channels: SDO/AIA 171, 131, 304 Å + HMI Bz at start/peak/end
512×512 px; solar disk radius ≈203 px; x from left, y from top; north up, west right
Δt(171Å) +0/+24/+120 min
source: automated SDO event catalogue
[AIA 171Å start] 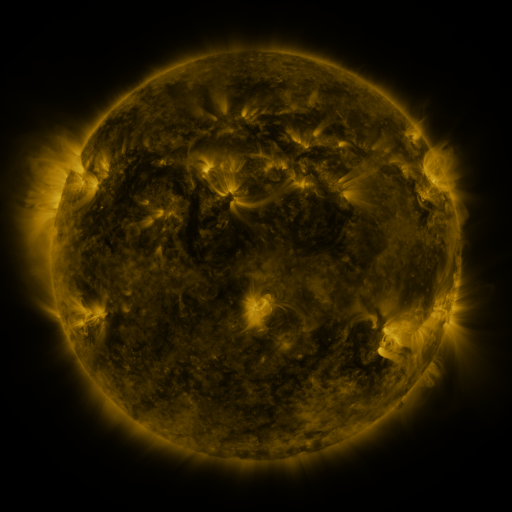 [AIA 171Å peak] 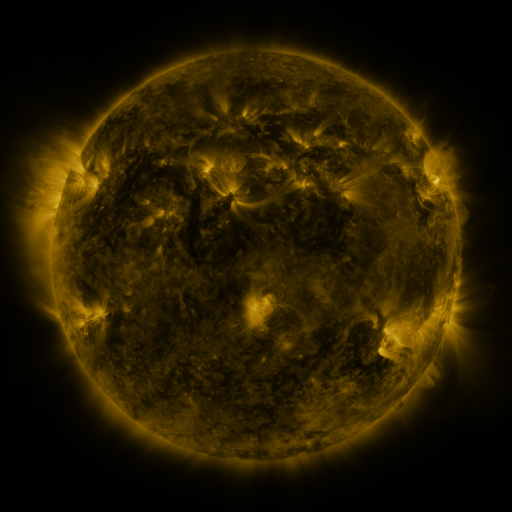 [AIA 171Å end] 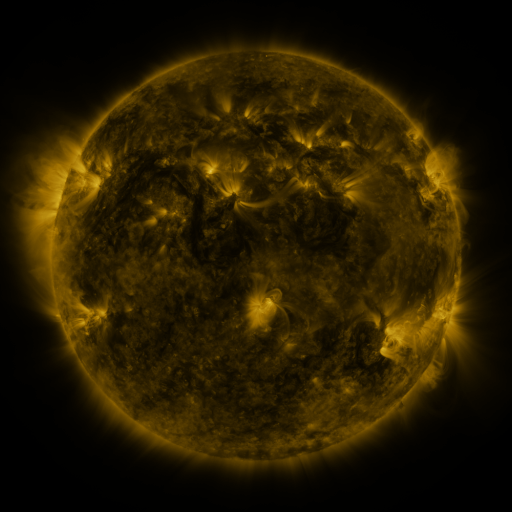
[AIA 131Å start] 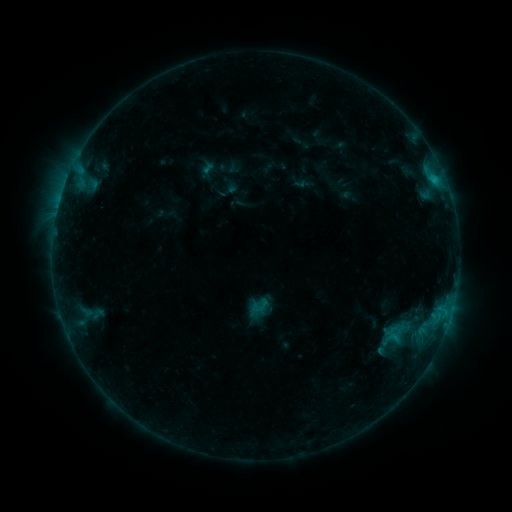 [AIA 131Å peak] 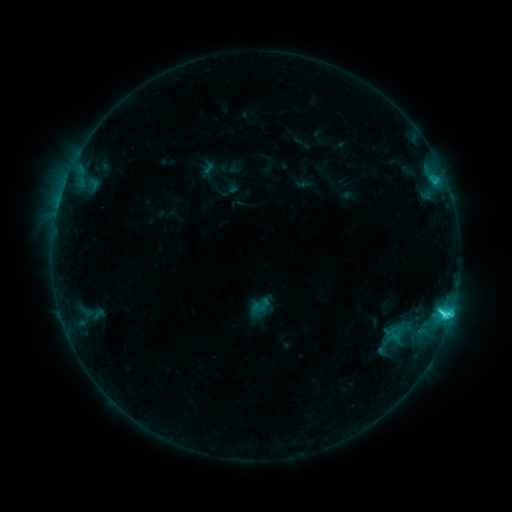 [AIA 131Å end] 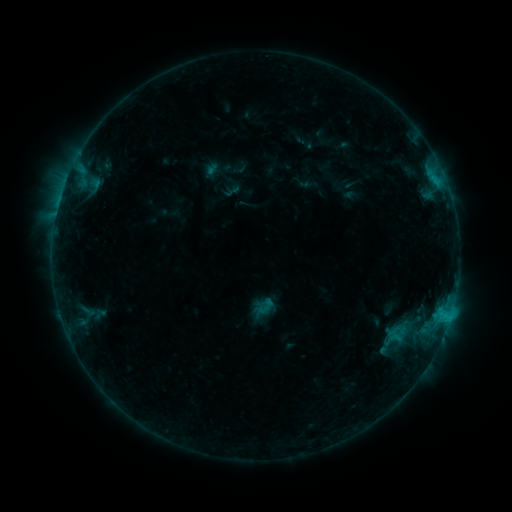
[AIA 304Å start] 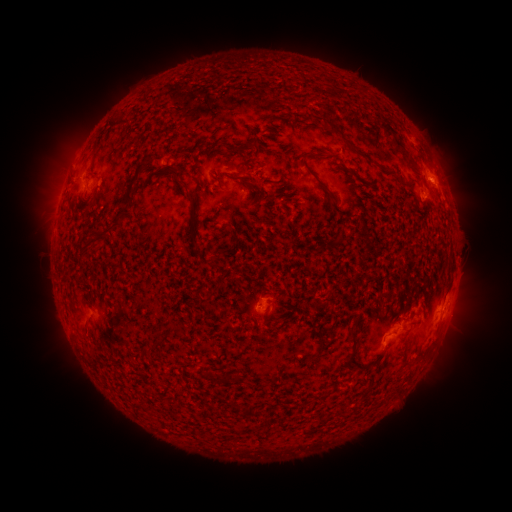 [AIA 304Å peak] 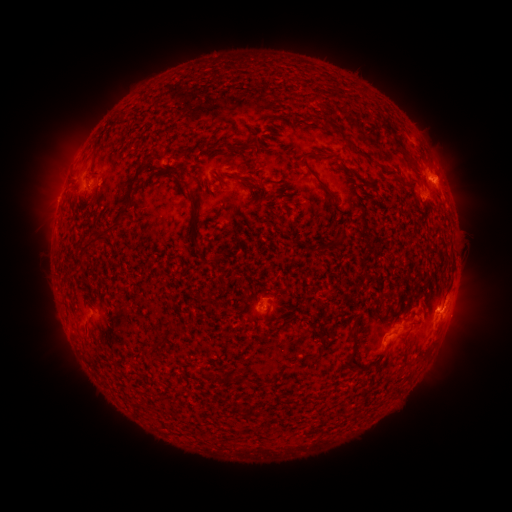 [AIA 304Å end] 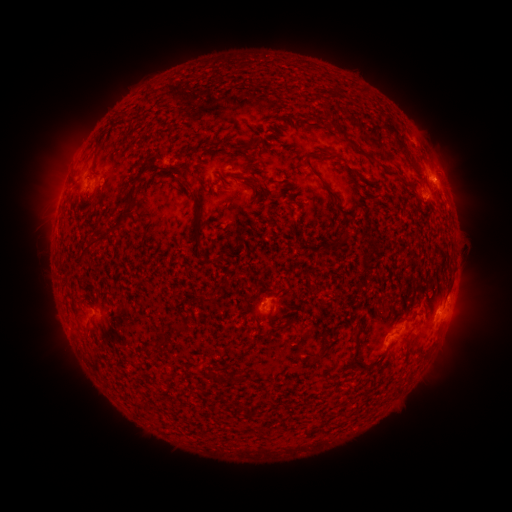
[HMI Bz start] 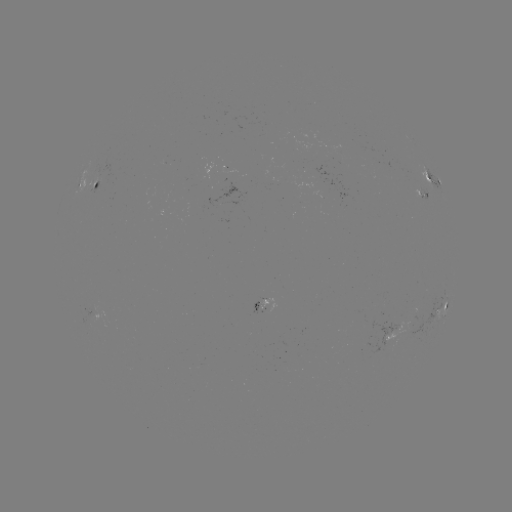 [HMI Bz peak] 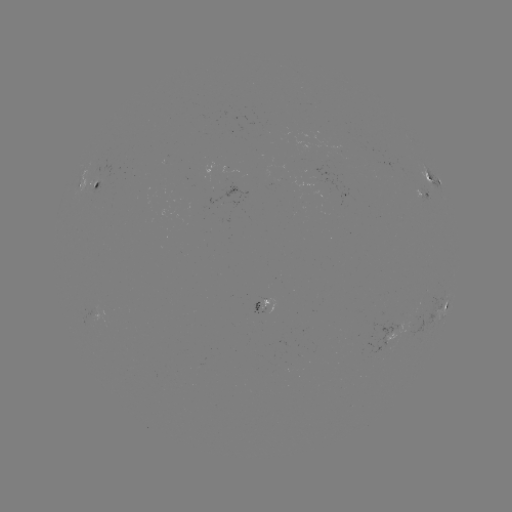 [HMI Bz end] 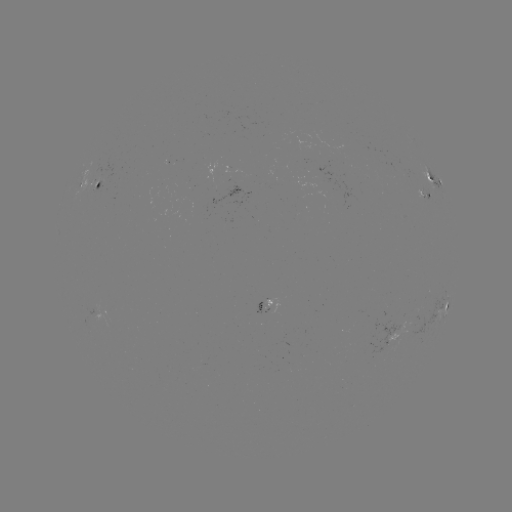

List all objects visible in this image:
C3.2 flare: (442, 311)
